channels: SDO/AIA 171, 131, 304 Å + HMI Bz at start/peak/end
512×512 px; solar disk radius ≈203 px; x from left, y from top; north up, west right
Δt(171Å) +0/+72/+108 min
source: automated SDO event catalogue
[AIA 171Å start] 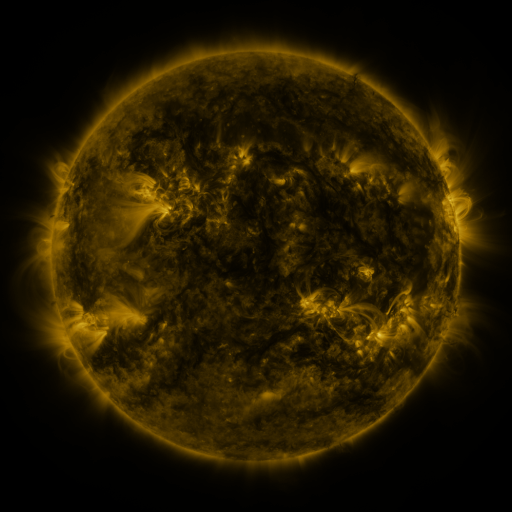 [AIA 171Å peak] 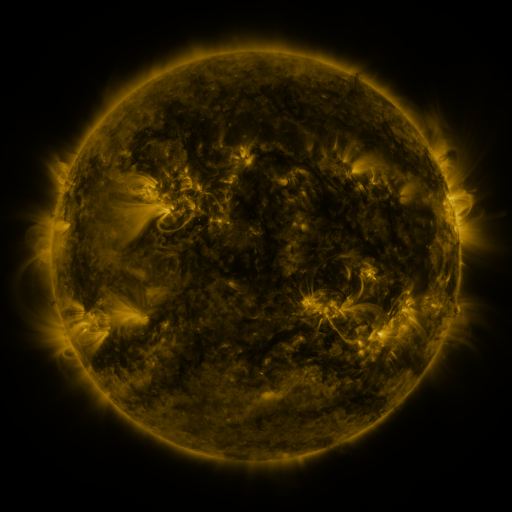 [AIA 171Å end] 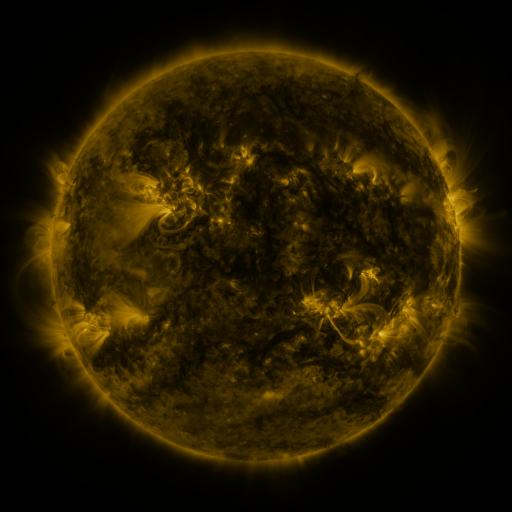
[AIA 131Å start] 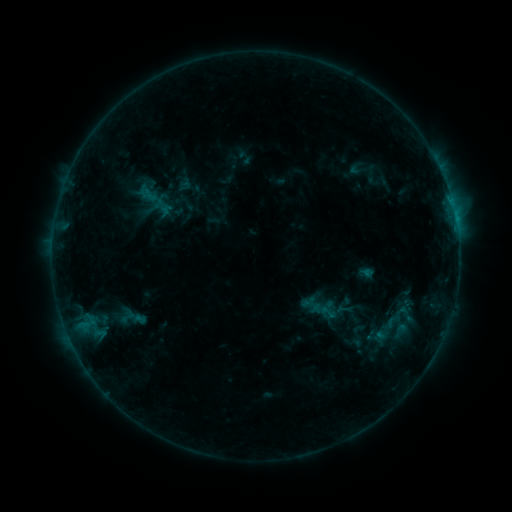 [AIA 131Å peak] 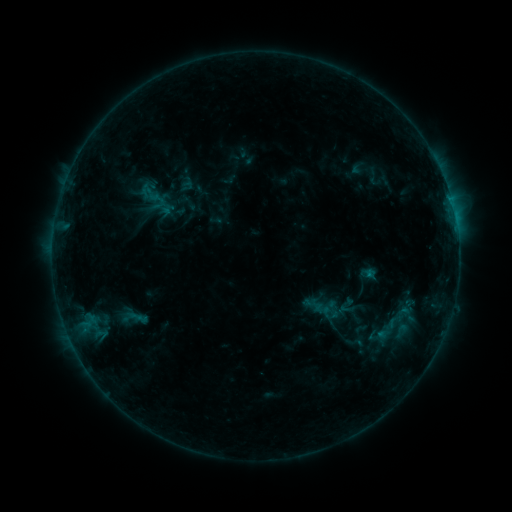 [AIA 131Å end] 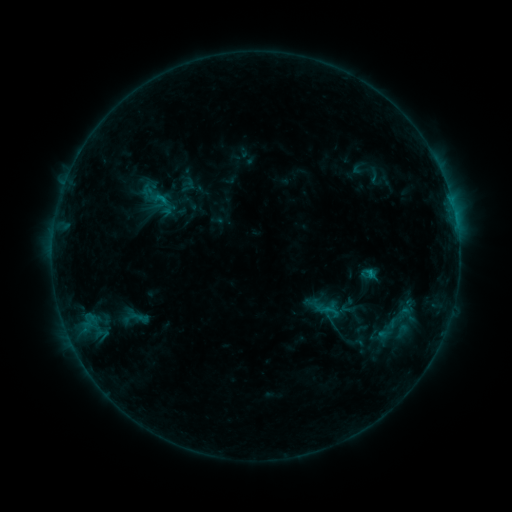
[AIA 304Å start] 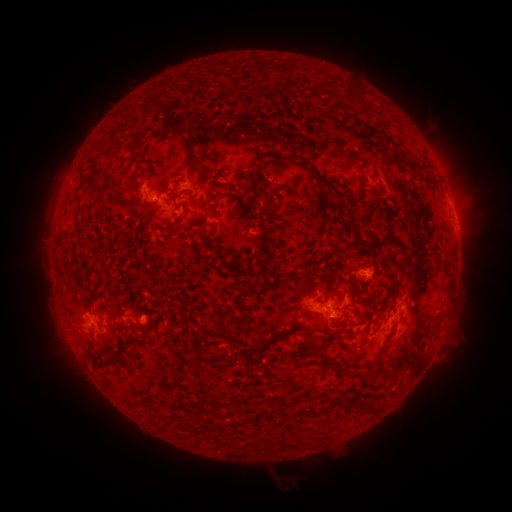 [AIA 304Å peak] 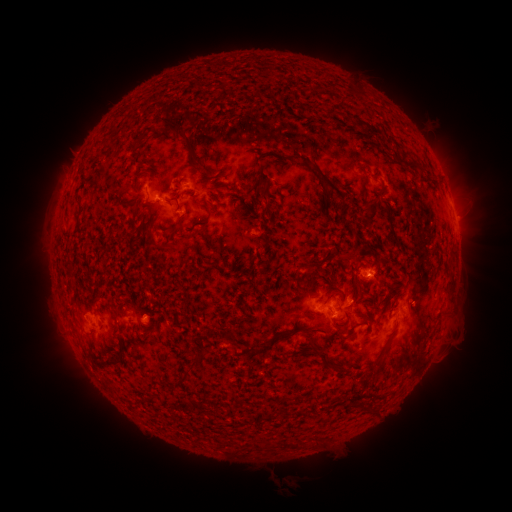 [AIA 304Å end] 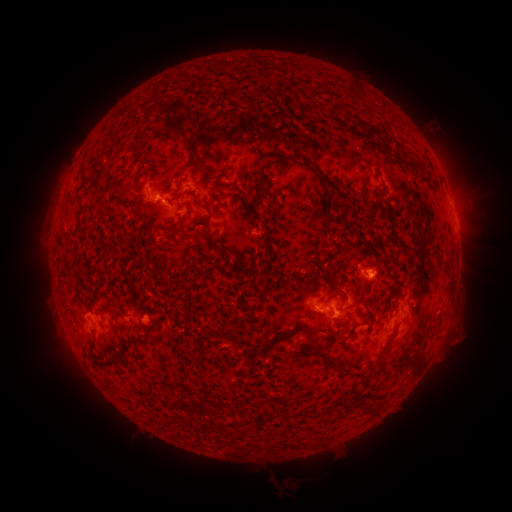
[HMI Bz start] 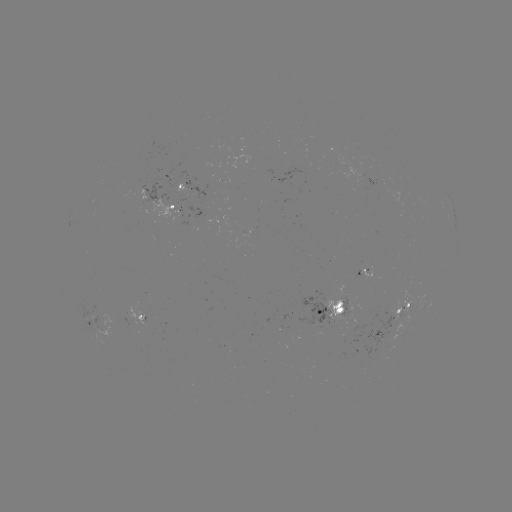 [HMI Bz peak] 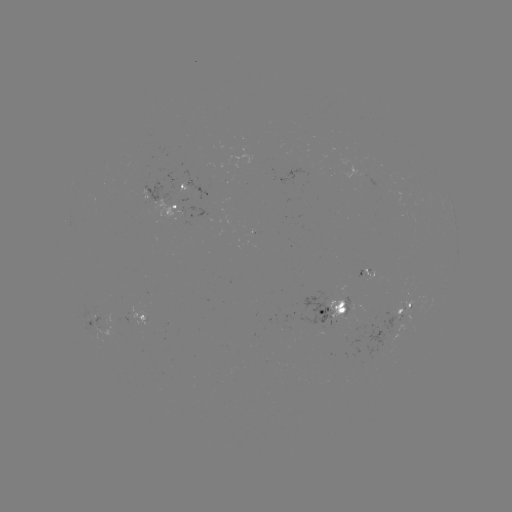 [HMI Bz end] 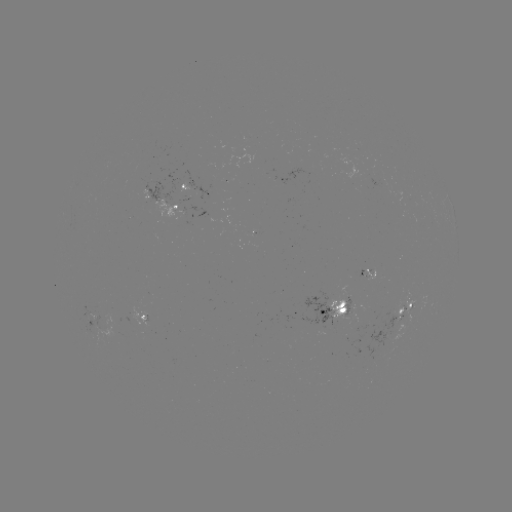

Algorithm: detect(emerging-flux region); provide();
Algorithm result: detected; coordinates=(407, 297)